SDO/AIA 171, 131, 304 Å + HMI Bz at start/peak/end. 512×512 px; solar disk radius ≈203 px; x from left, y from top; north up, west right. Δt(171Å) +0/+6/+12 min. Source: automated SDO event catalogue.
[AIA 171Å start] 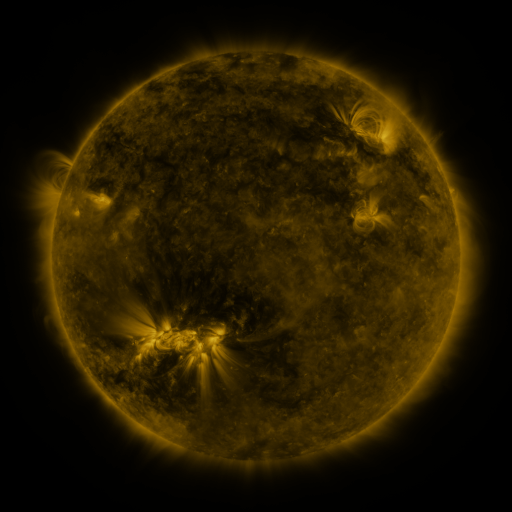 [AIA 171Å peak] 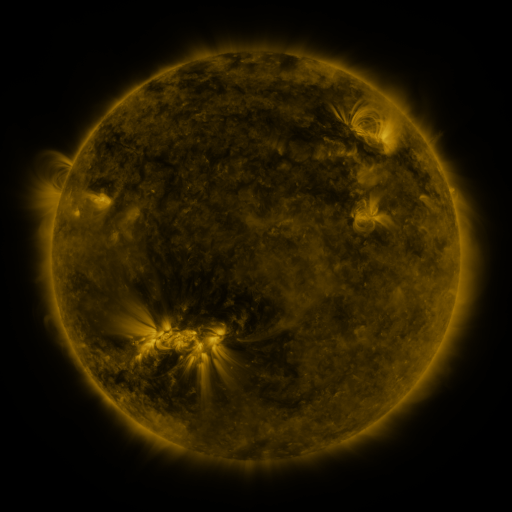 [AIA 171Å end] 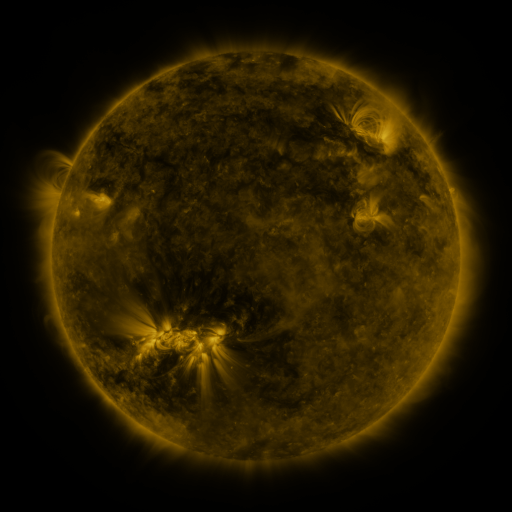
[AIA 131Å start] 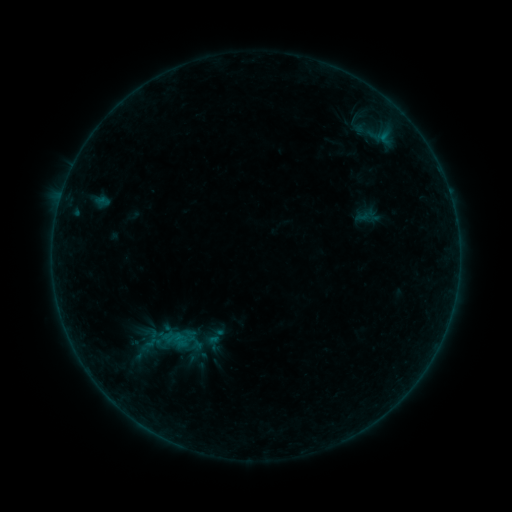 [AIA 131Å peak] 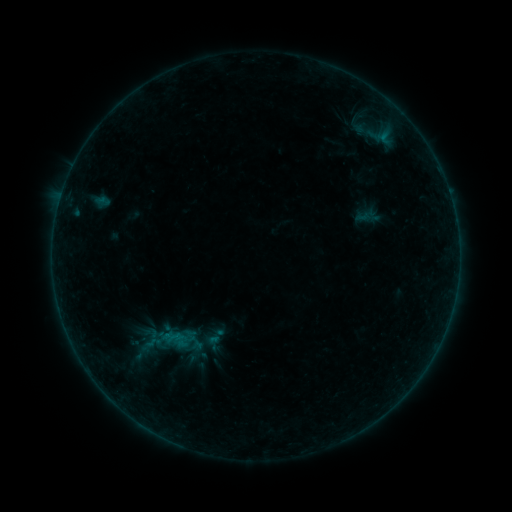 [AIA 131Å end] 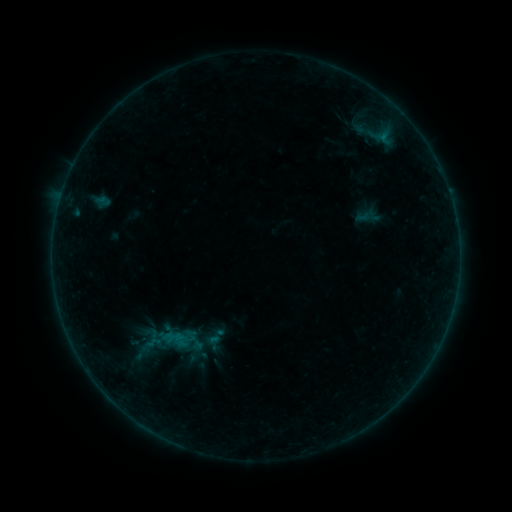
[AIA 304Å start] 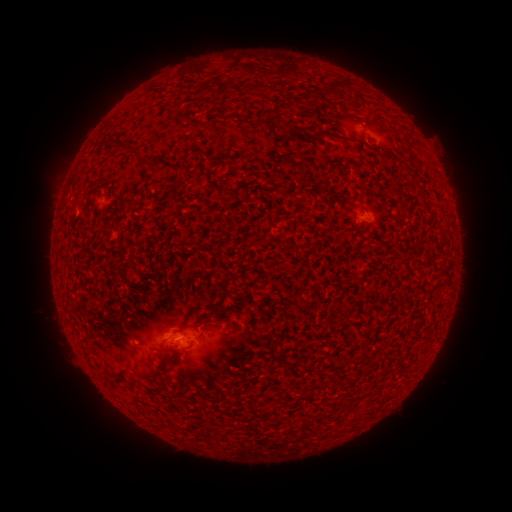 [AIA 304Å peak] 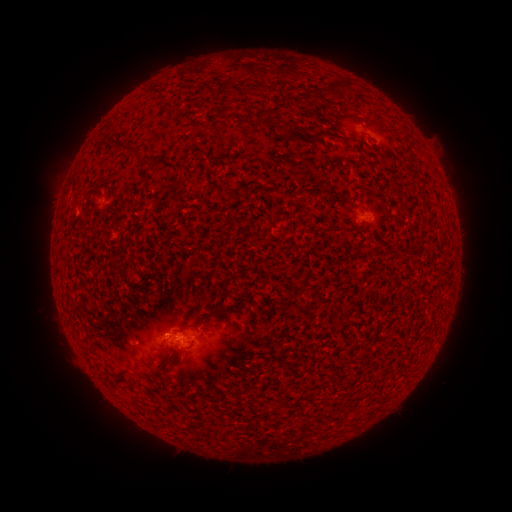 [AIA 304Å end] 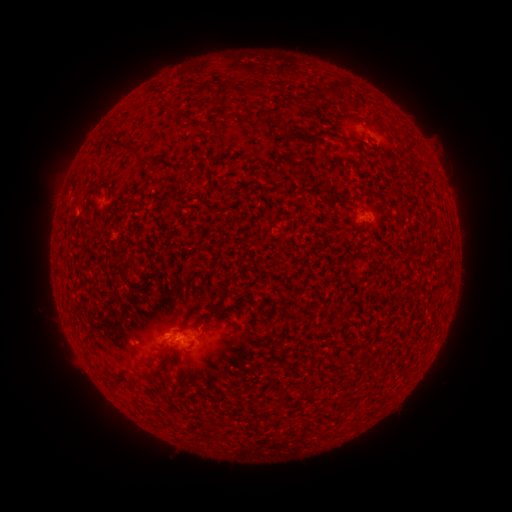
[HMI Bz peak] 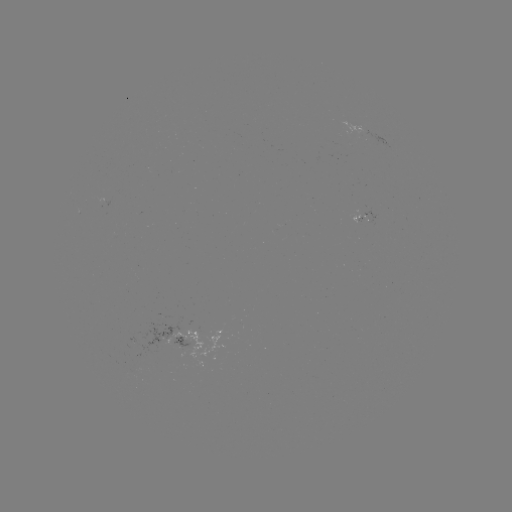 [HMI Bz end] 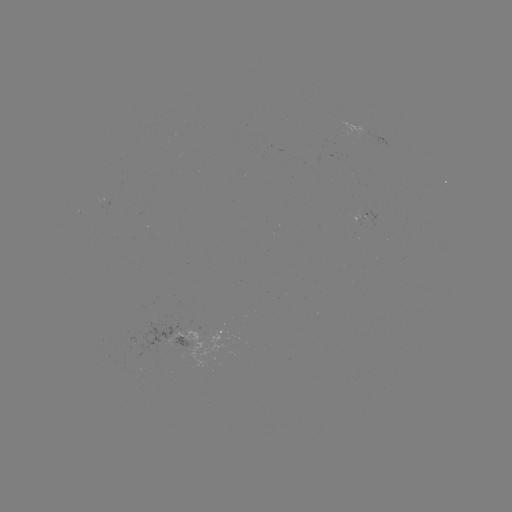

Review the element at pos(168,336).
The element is B1.5 flare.